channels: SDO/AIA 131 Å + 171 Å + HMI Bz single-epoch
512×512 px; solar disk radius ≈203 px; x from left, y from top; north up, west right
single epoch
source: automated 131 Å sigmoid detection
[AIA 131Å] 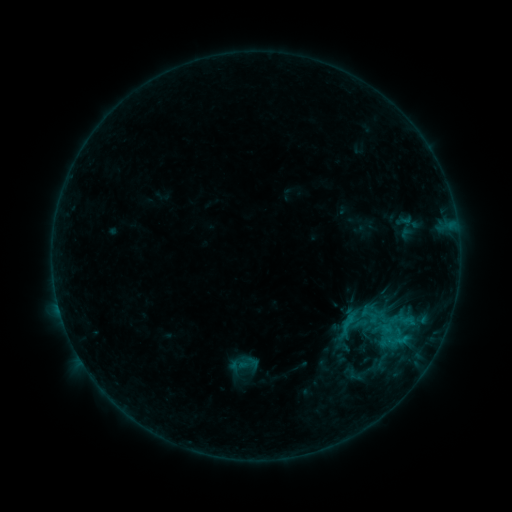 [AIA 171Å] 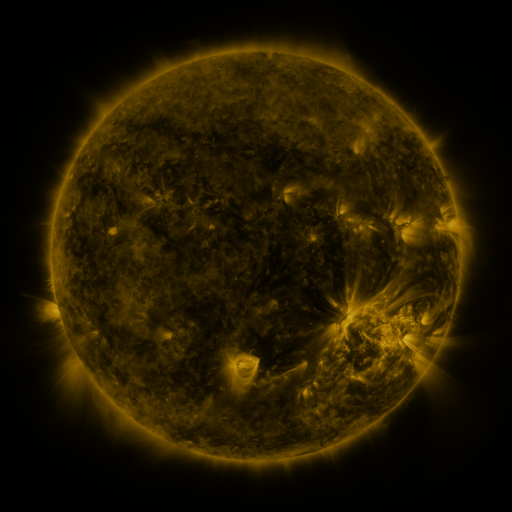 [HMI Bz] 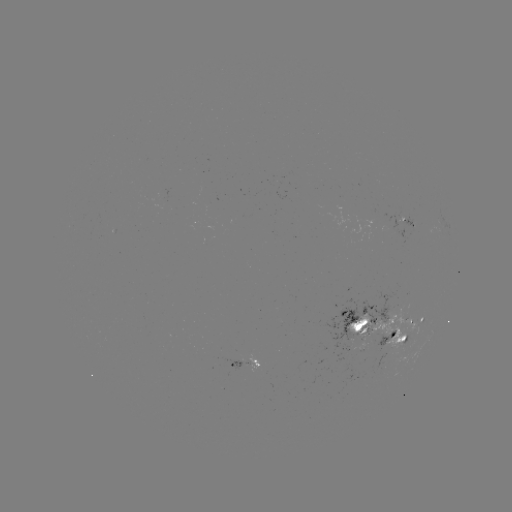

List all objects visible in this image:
sigmoid: (348, 323)
